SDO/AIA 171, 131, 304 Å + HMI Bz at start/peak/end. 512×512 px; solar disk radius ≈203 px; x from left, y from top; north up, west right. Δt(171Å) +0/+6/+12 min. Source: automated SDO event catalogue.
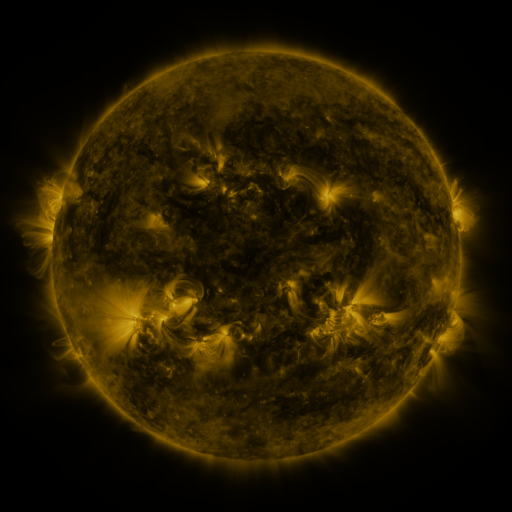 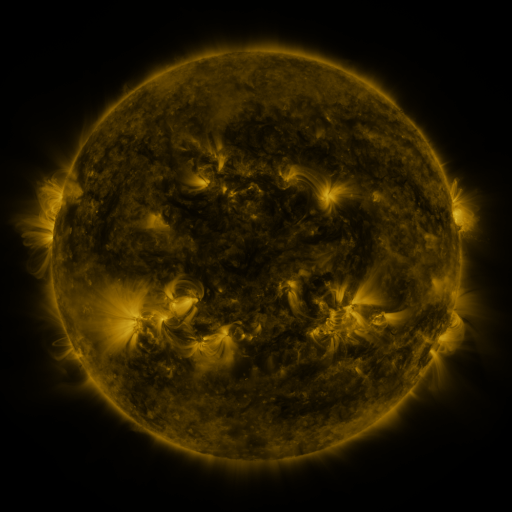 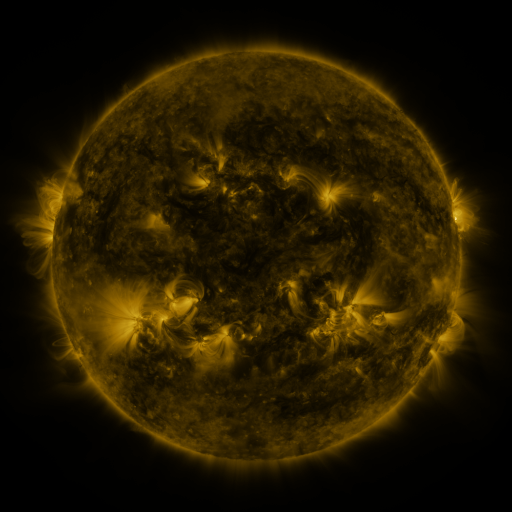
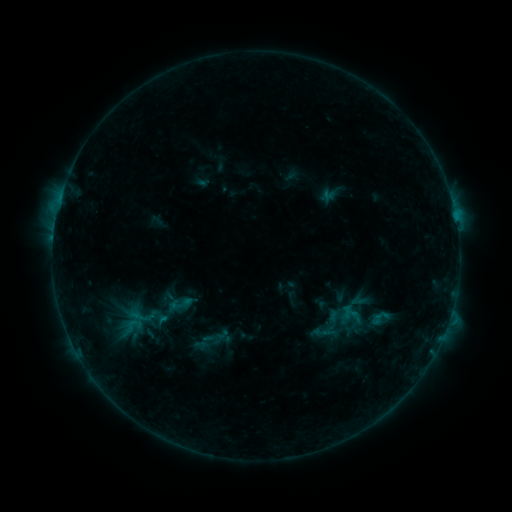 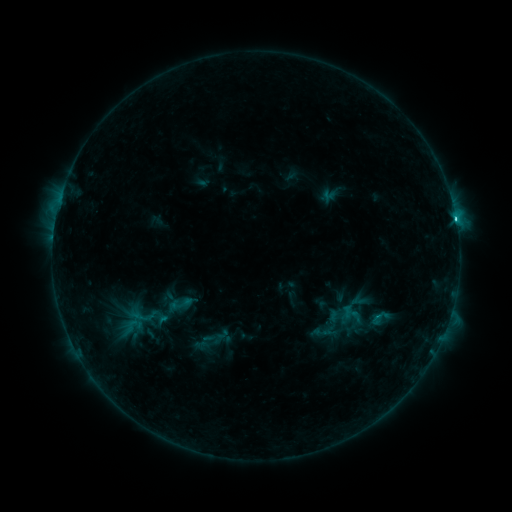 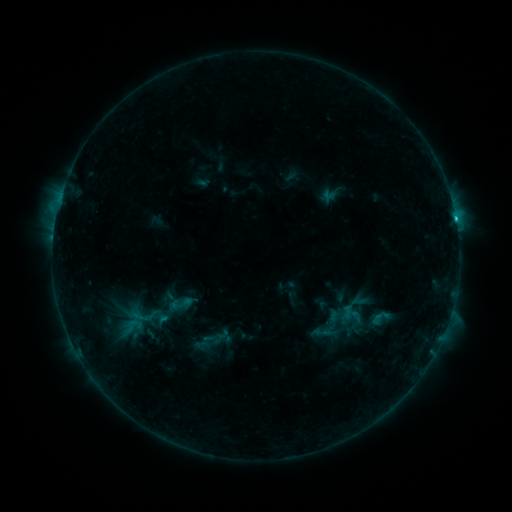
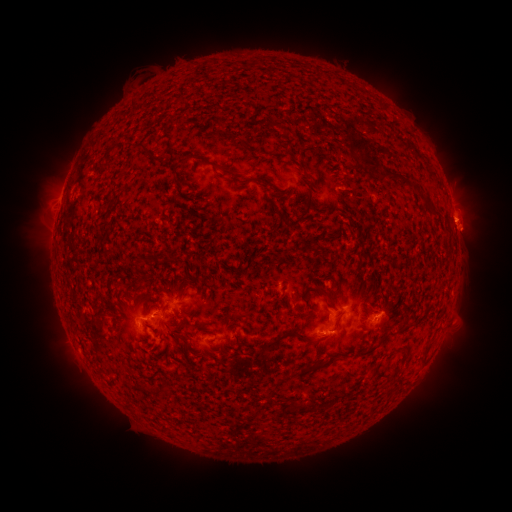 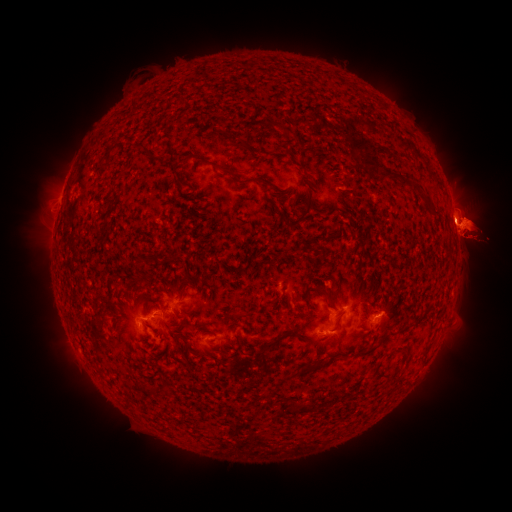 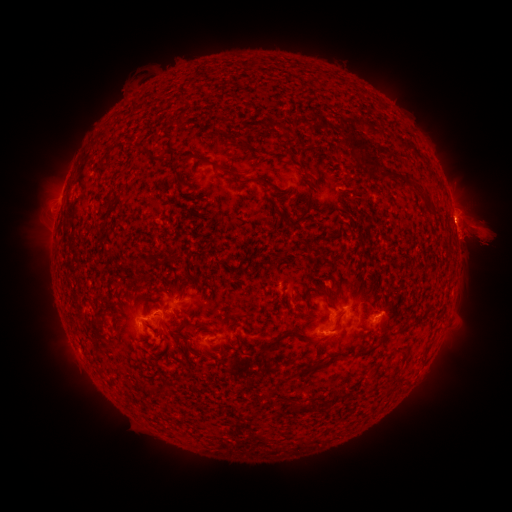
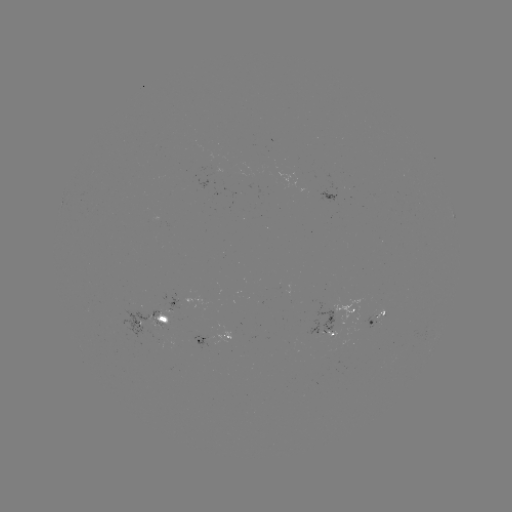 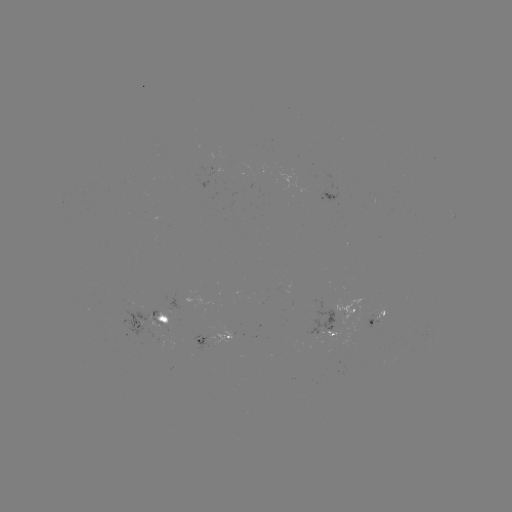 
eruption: <bbox>0, 199, 52, 258</bbox>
